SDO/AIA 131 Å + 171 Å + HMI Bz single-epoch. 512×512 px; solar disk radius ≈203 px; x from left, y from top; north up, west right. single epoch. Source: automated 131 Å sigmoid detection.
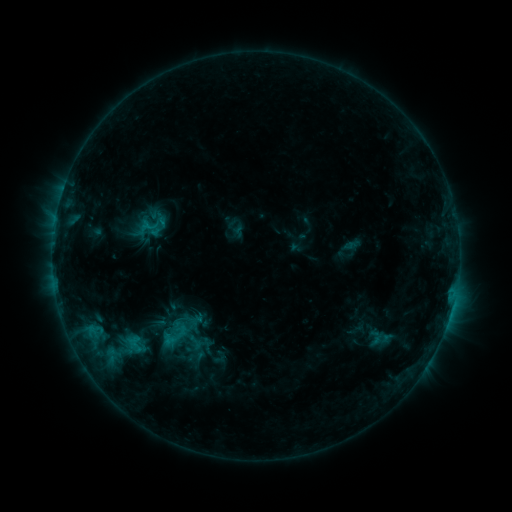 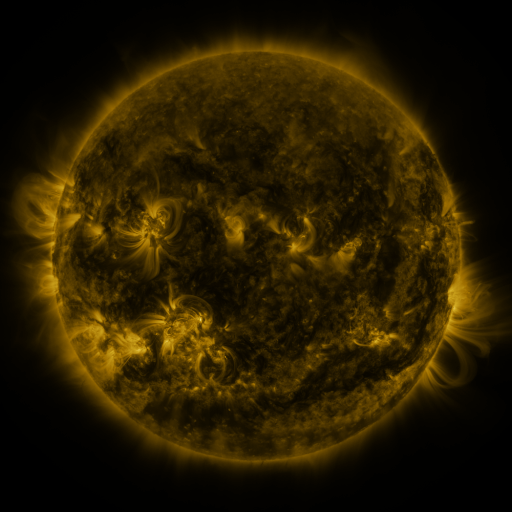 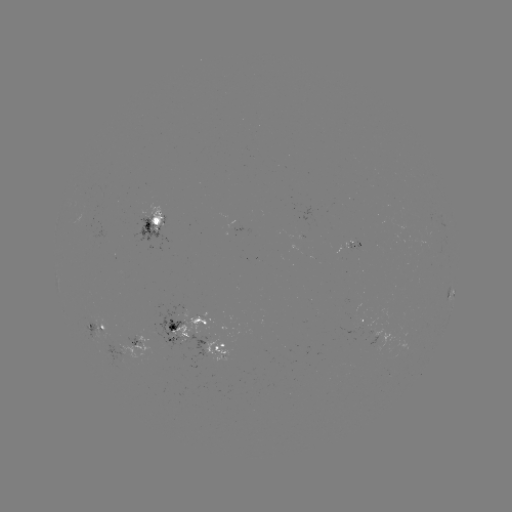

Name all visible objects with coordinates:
sigmoid: <bbox>135, 206, 170, 245</bbox>
sigmoid: <bbox>70, 309, 167, 387</bbox>
